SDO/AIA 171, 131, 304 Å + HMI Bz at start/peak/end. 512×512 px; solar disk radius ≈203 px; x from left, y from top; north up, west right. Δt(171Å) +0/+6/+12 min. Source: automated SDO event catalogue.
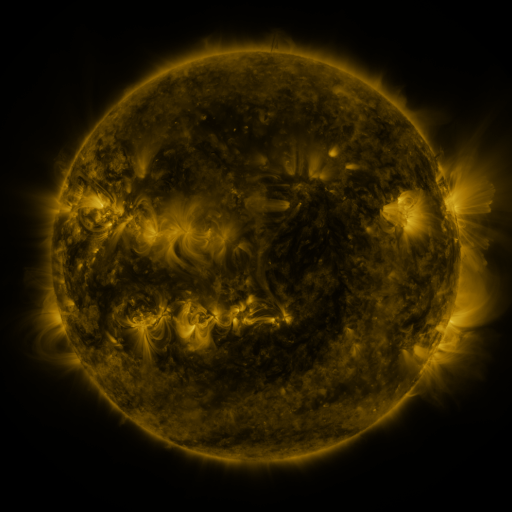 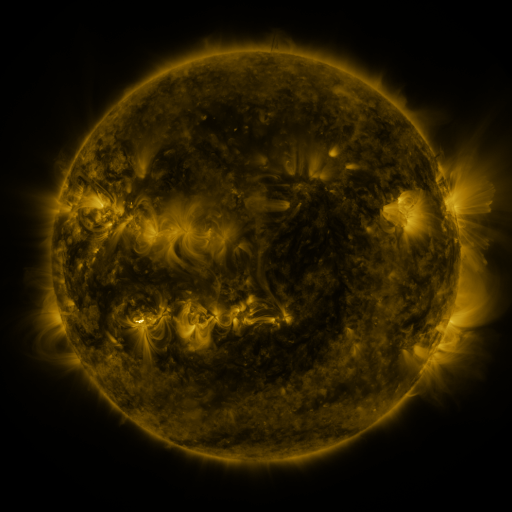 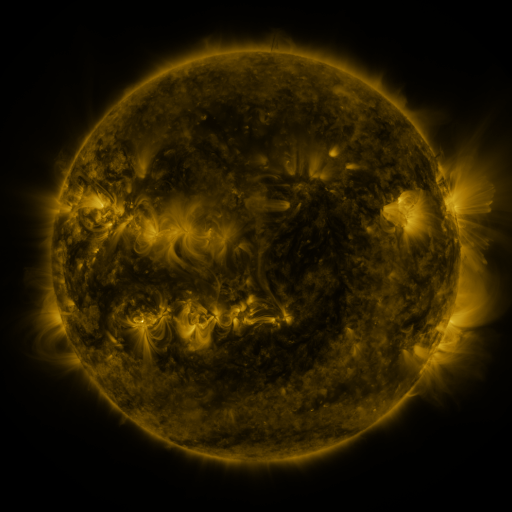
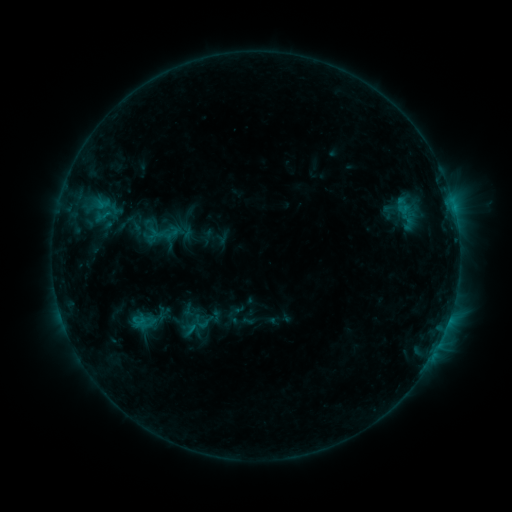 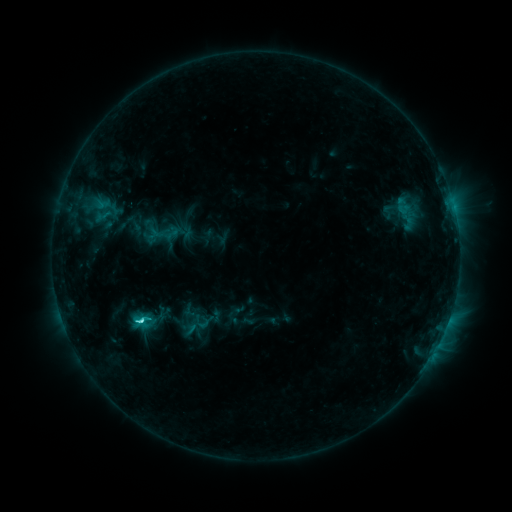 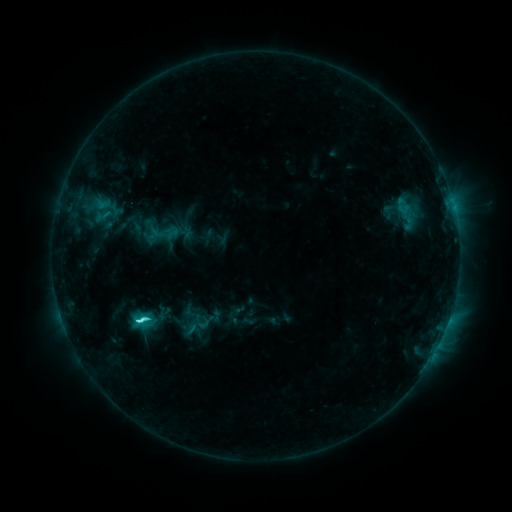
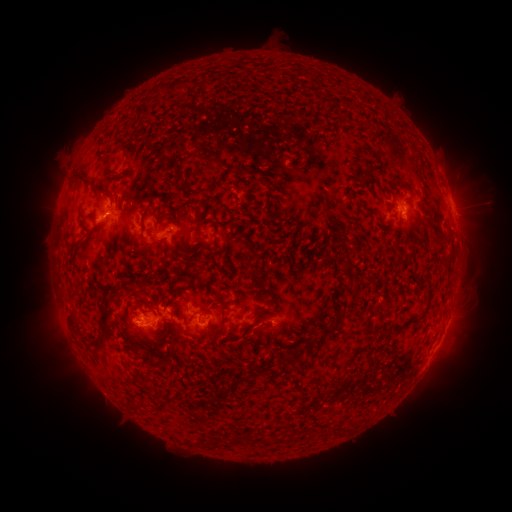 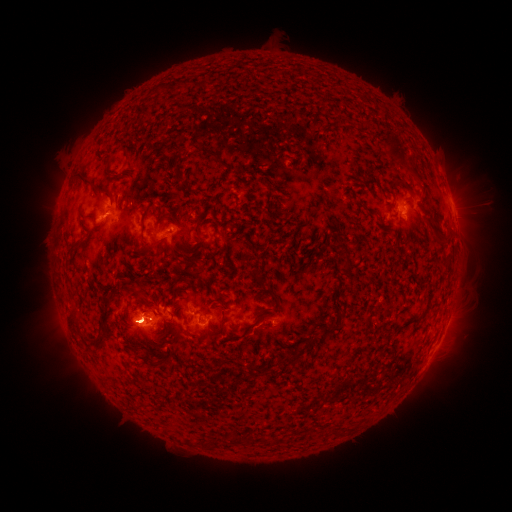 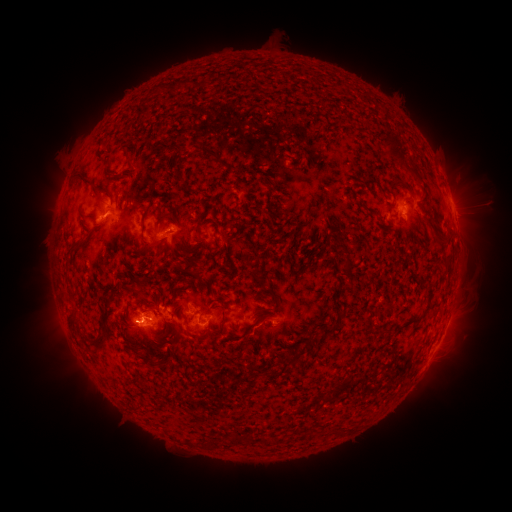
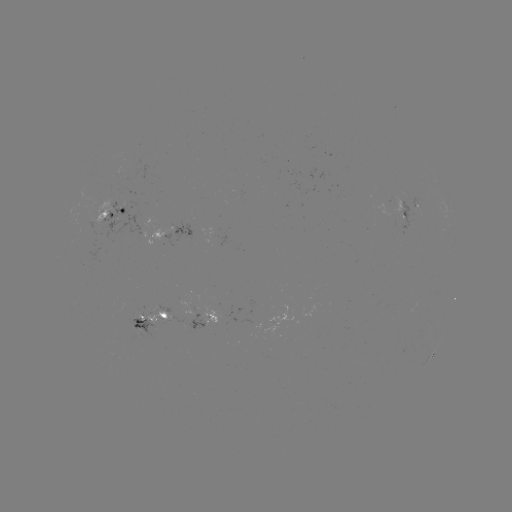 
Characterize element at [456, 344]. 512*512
eruption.